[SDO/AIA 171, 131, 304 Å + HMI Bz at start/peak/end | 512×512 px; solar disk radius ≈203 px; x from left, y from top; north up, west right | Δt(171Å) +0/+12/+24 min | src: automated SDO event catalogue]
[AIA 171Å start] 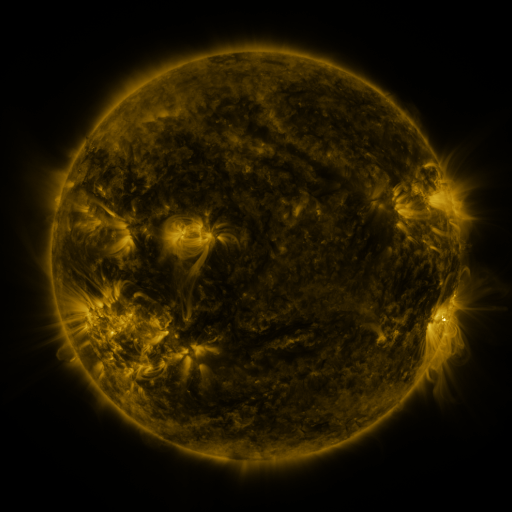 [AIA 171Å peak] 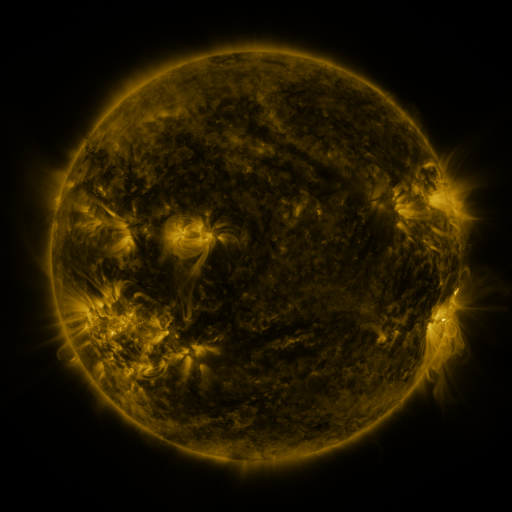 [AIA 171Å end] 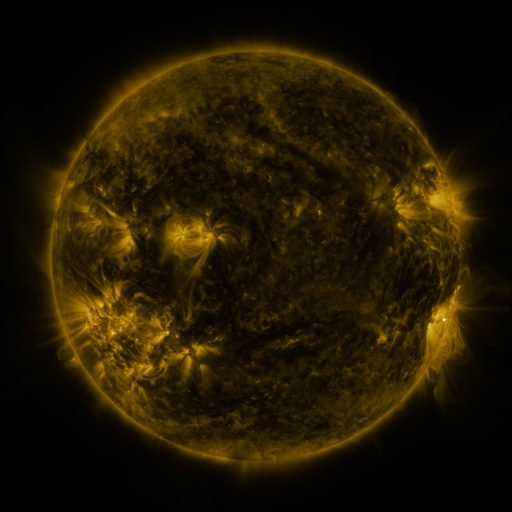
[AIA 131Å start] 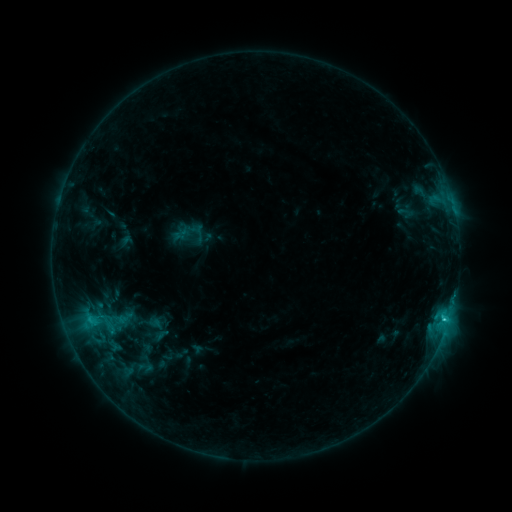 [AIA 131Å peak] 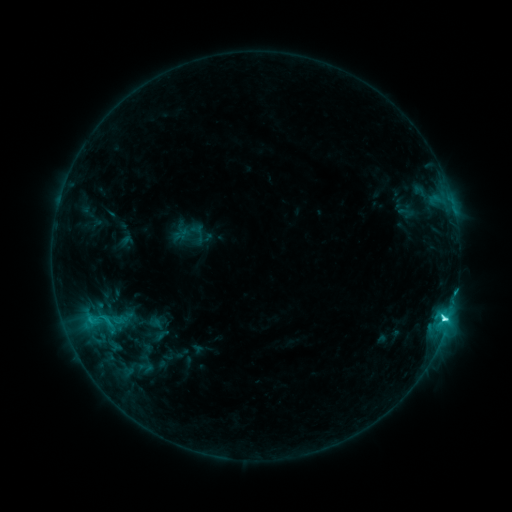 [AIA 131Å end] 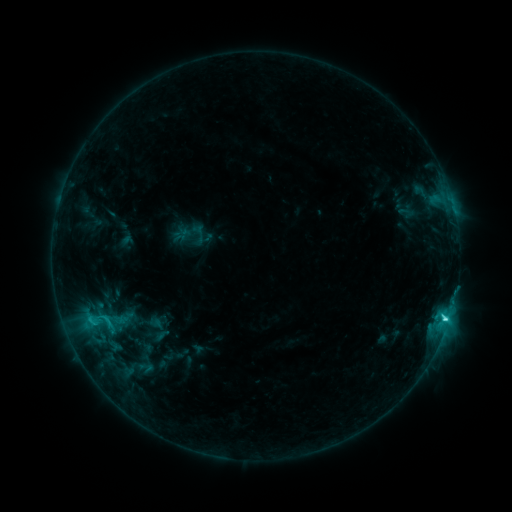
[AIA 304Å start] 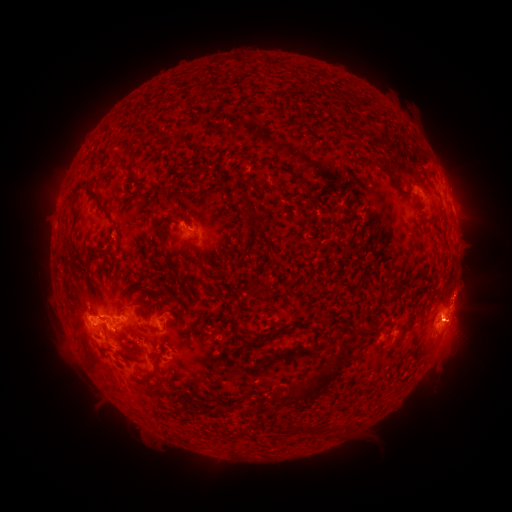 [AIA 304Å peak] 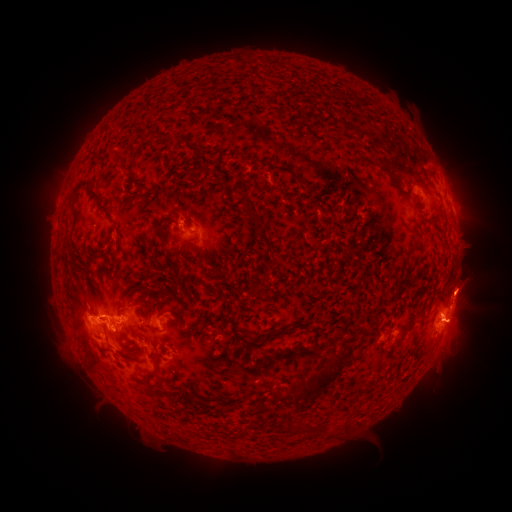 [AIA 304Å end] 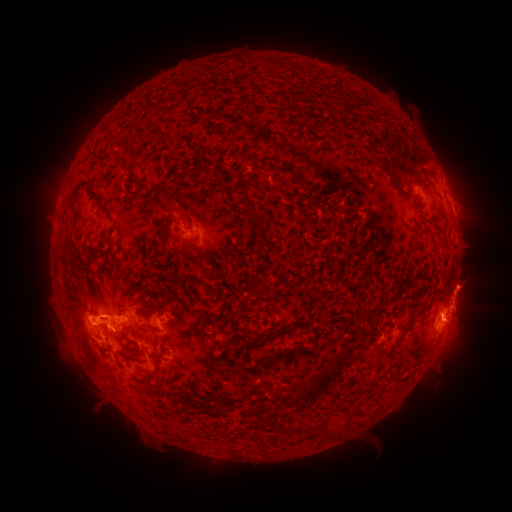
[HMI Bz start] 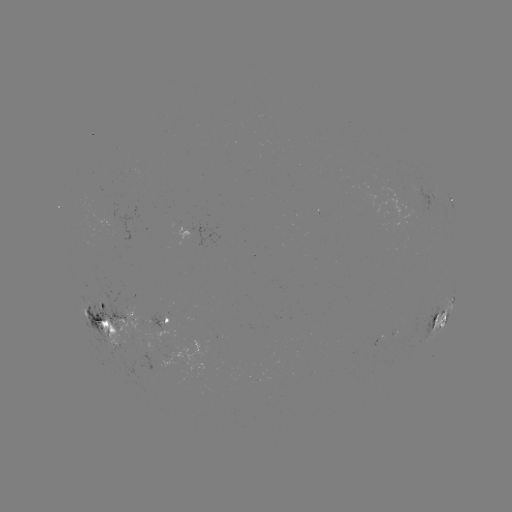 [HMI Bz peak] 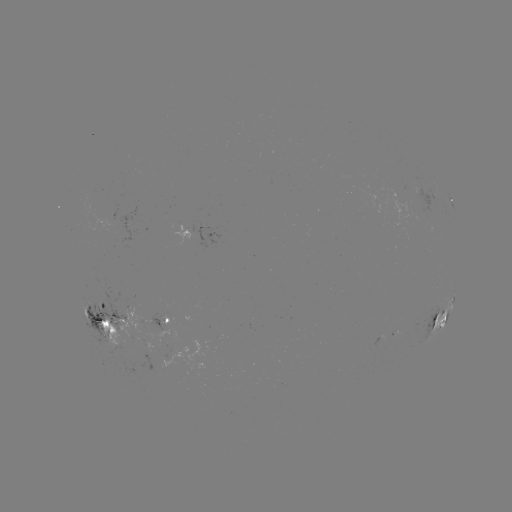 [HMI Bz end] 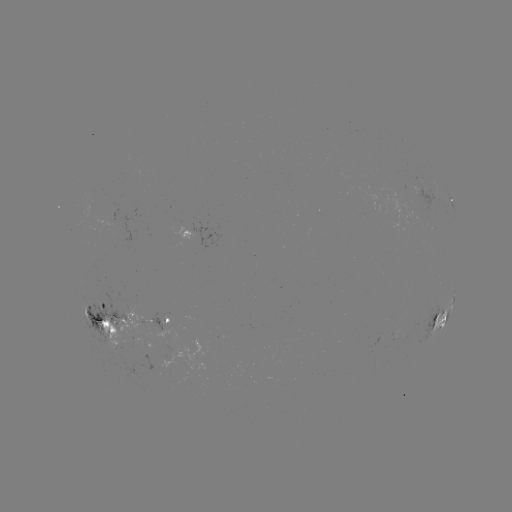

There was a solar eruption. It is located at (464, 297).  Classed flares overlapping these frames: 1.